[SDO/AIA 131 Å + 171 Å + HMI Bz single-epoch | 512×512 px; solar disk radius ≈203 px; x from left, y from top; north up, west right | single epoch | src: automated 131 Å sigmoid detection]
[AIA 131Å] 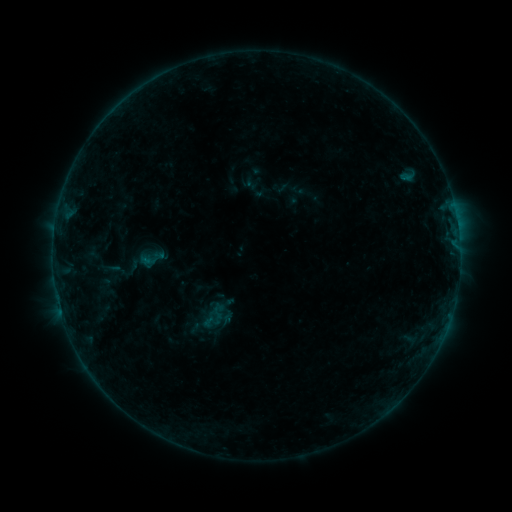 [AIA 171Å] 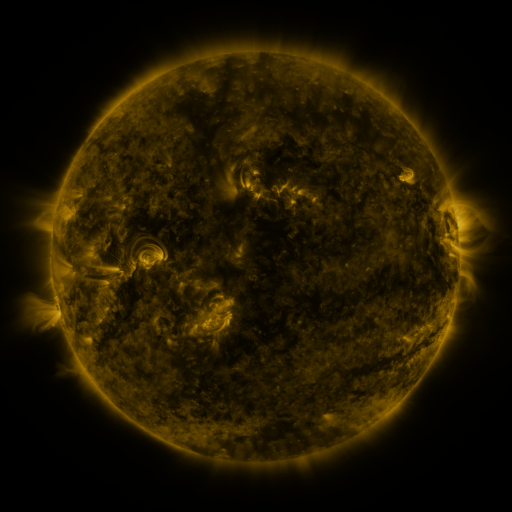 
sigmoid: <bbox>136, 244, 168, 273</bbox>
